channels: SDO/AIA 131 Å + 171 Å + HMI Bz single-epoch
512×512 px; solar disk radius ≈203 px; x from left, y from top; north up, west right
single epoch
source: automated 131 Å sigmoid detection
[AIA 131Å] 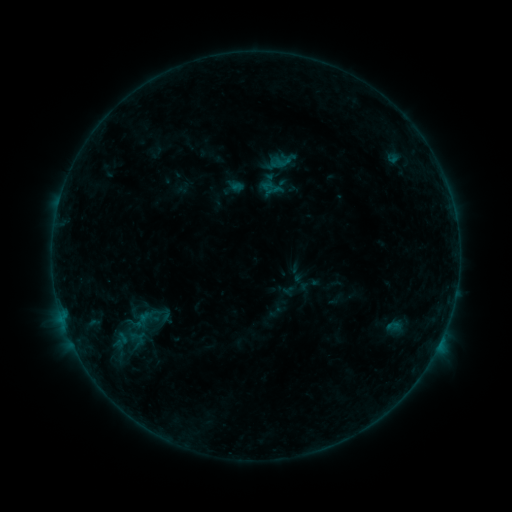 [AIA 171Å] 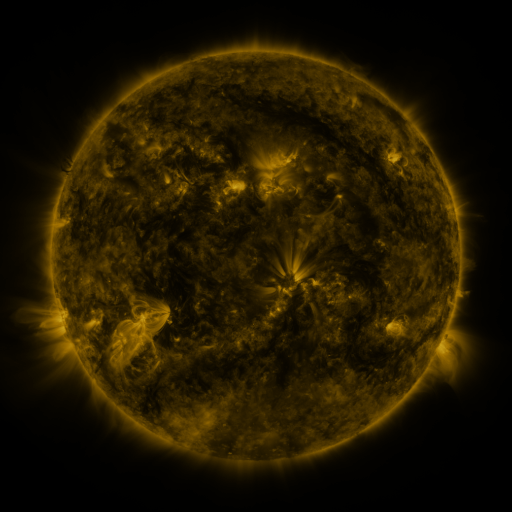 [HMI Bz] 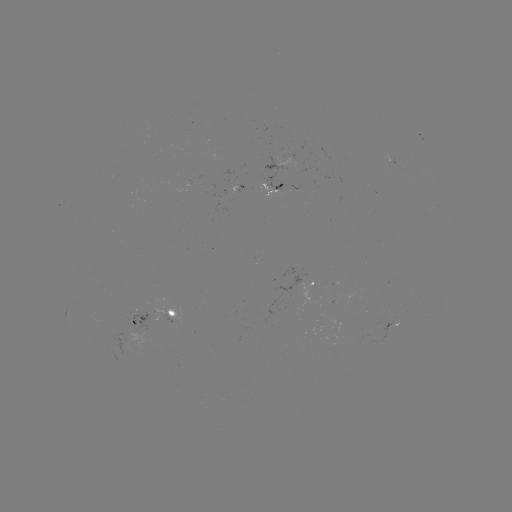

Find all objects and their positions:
sigmoid: (274, 153, 292, 170)
